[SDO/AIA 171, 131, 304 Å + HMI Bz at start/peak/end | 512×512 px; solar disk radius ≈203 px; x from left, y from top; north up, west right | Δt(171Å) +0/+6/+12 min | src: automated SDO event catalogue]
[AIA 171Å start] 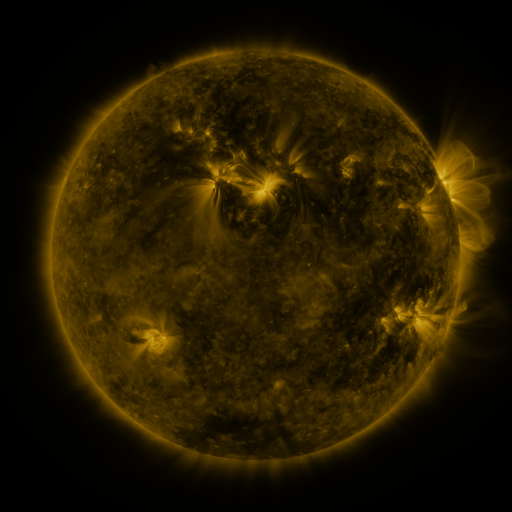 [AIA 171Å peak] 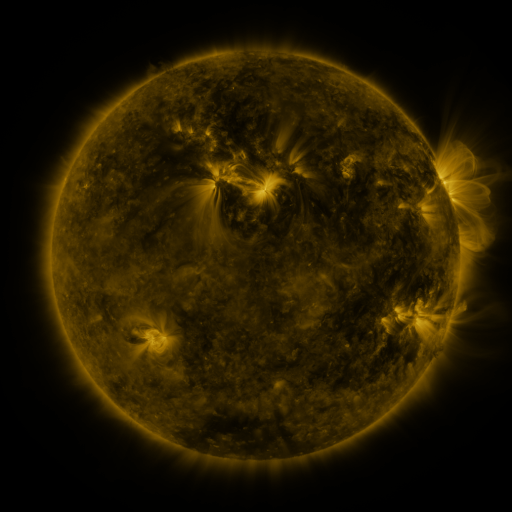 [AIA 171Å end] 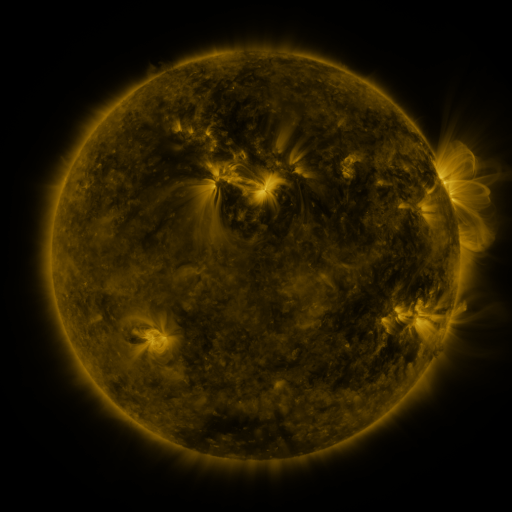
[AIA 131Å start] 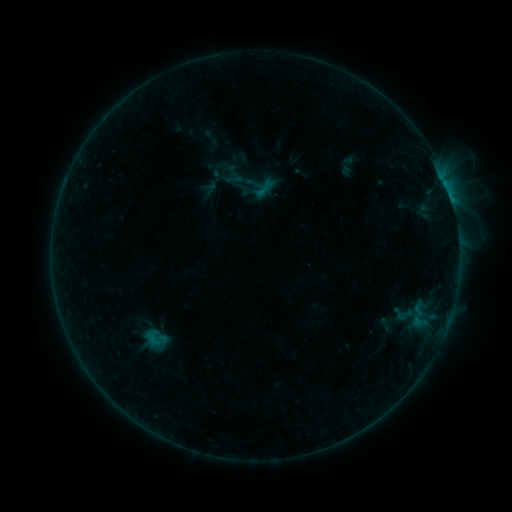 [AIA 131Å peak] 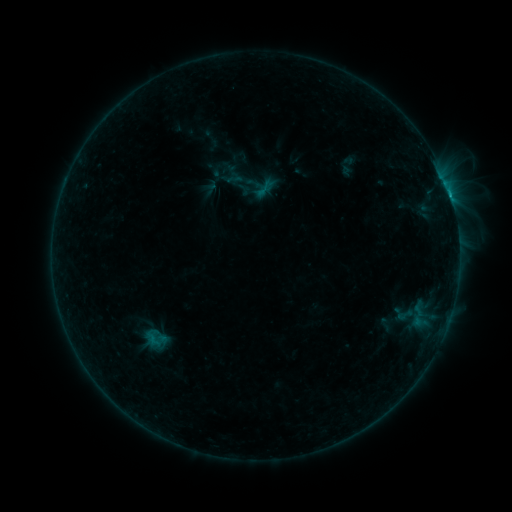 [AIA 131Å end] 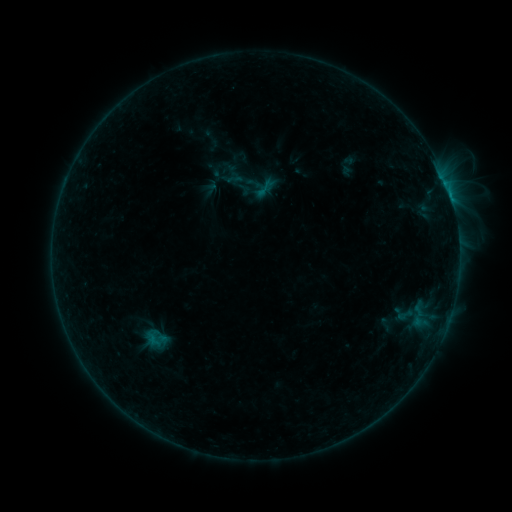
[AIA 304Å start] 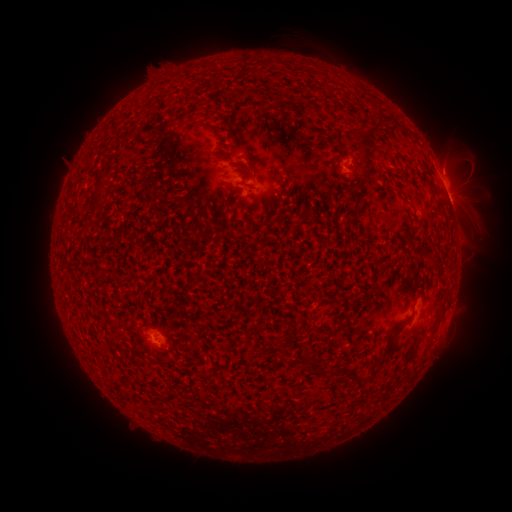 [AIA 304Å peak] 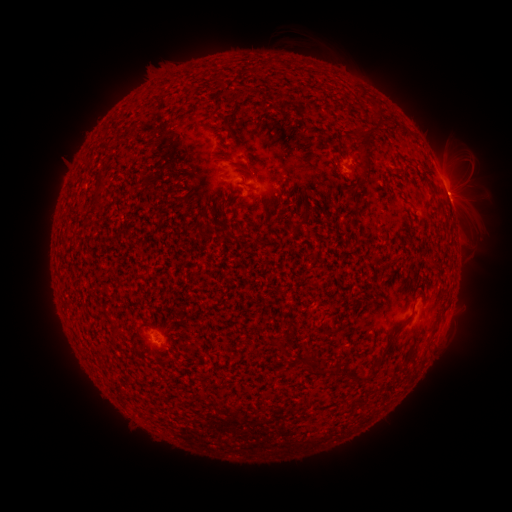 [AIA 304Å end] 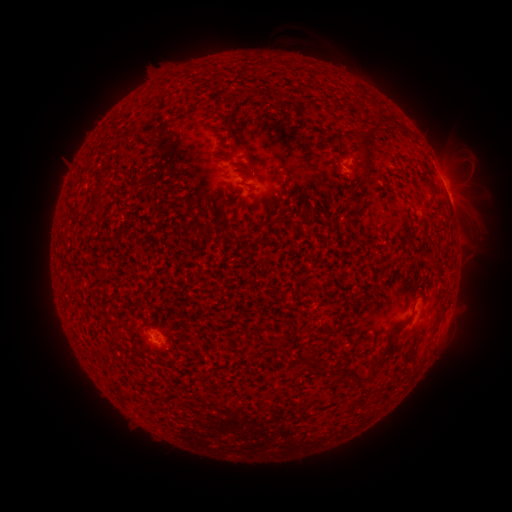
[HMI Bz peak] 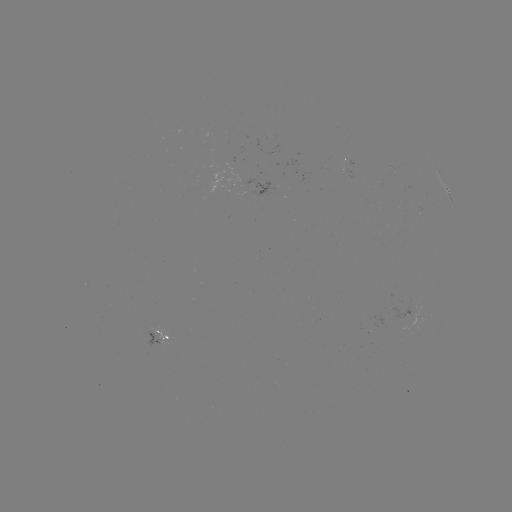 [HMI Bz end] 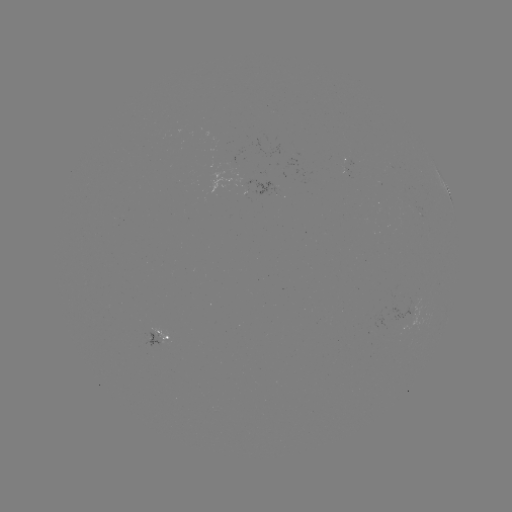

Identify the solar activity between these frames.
B4.6 flare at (449, 197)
